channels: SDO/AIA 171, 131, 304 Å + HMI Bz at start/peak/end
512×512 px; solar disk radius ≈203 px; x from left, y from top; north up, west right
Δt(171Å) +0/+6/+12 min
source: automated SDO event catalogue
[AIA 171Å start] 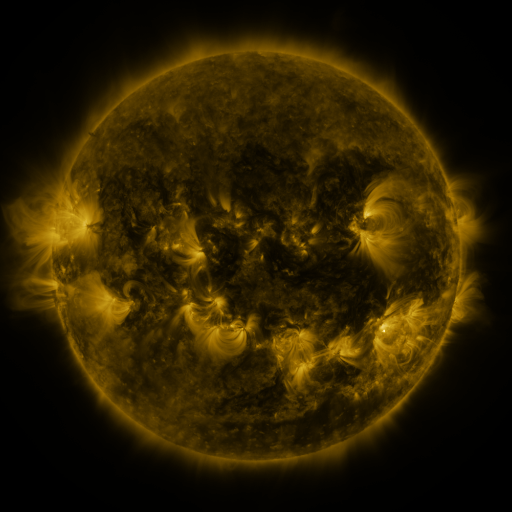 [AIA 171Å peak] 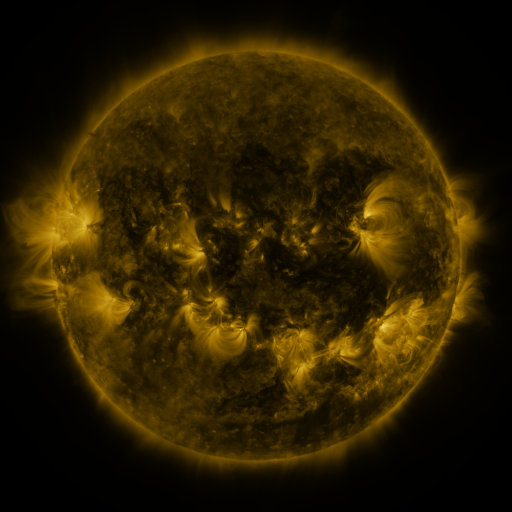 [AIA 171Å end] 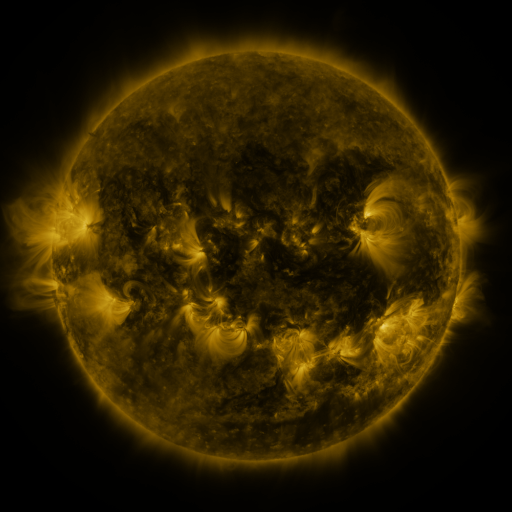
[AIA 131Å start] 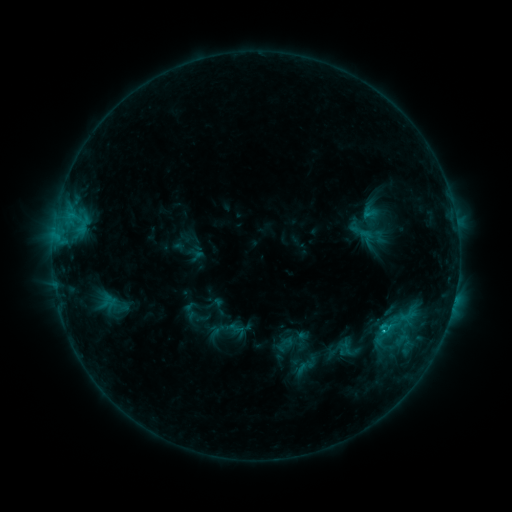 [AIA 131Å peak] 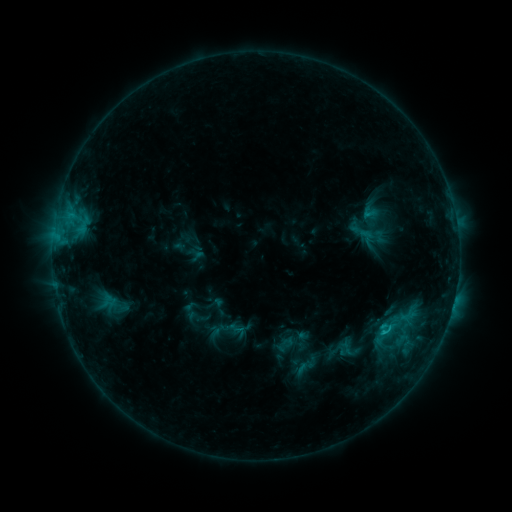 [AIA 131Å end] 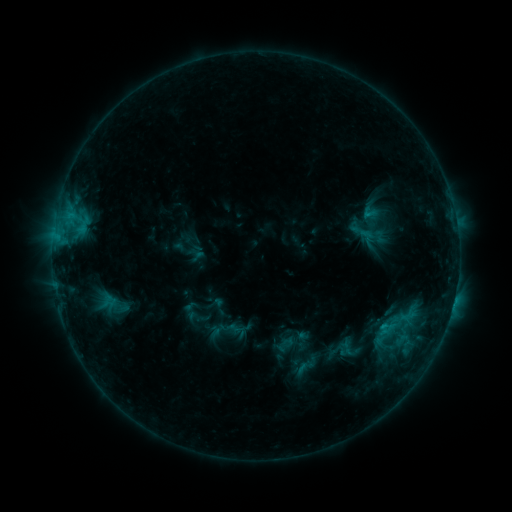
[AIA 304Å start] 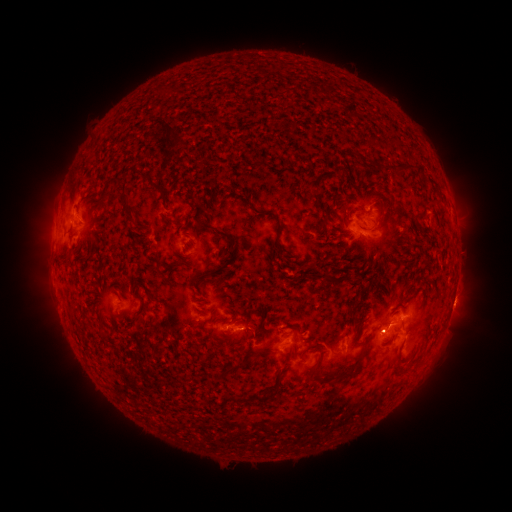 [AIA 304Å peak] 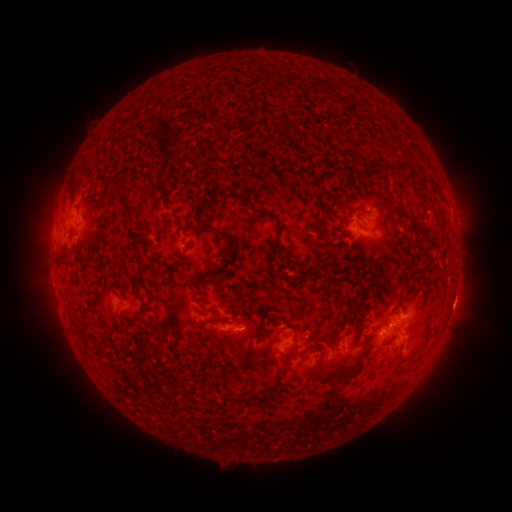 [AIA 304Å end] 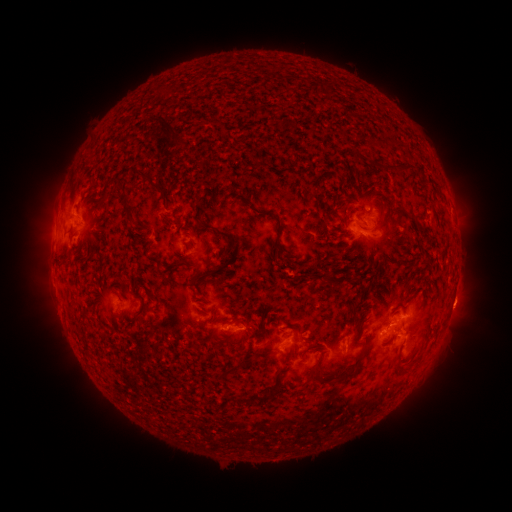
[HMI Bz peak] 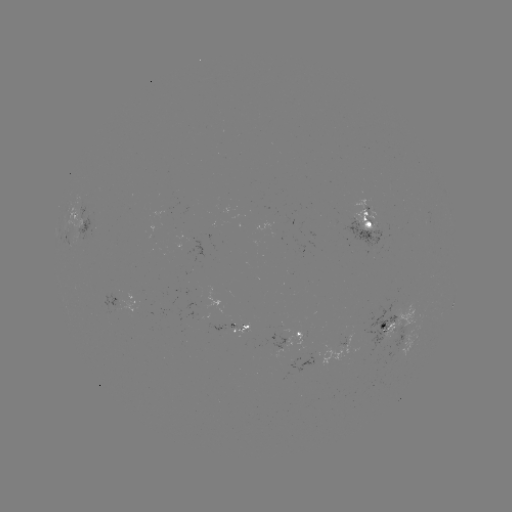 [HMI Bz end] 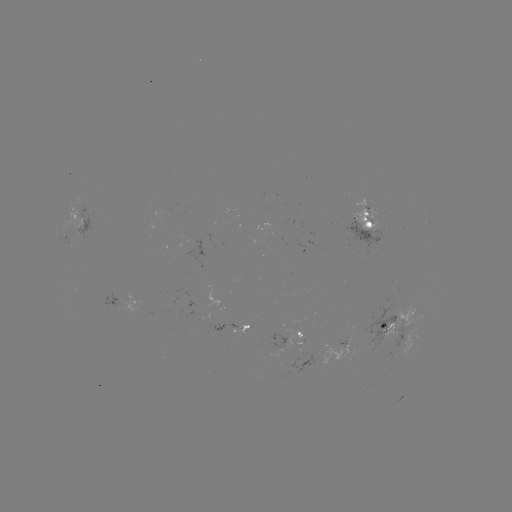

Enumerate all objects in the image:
C1.1 flare: (381, 330)
